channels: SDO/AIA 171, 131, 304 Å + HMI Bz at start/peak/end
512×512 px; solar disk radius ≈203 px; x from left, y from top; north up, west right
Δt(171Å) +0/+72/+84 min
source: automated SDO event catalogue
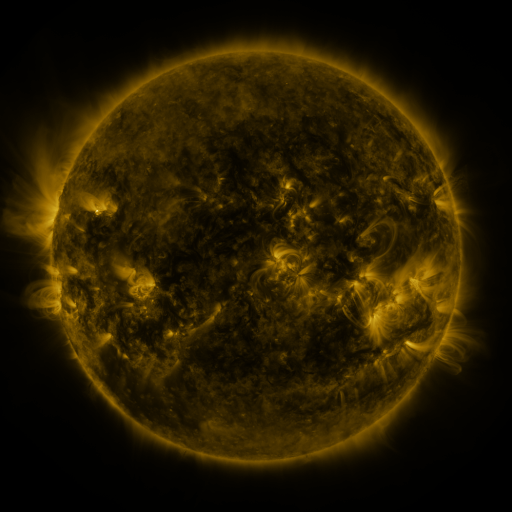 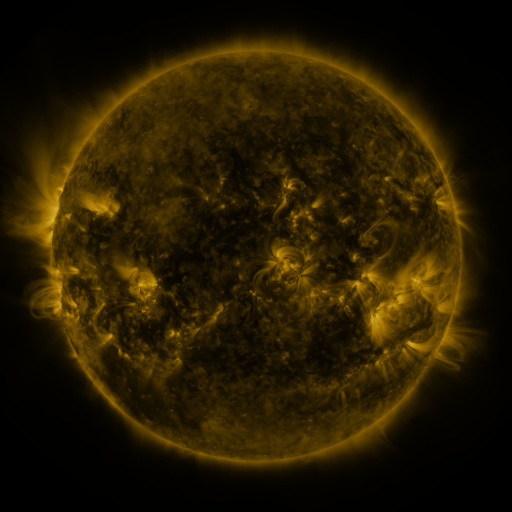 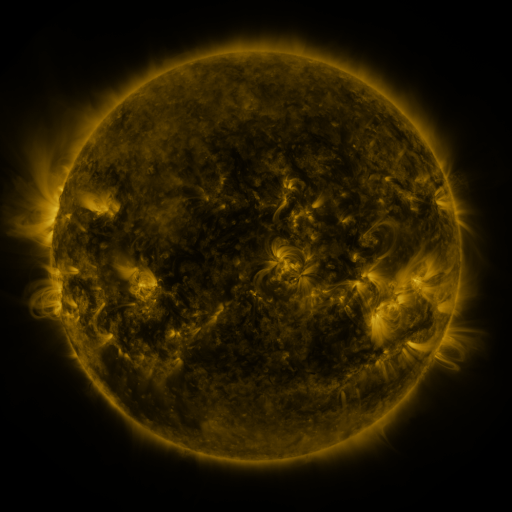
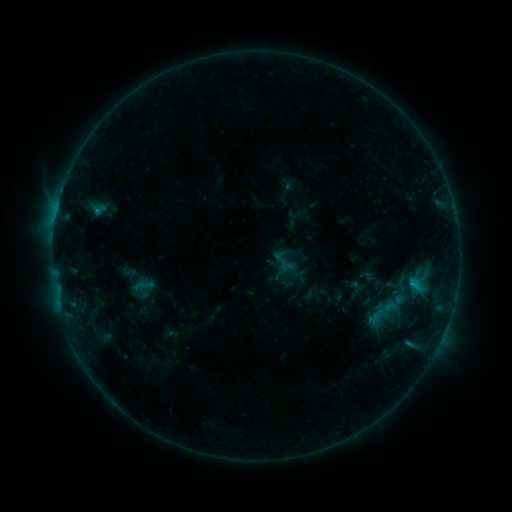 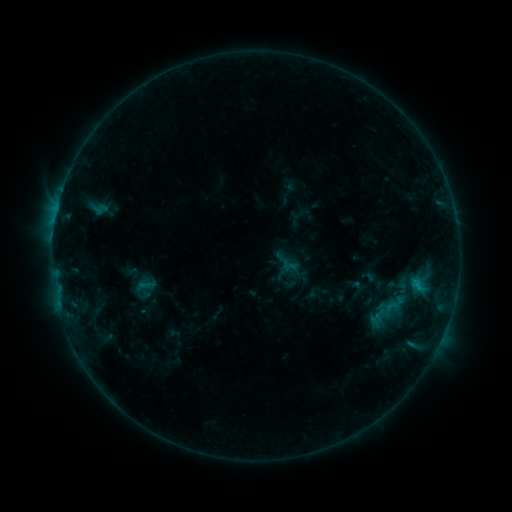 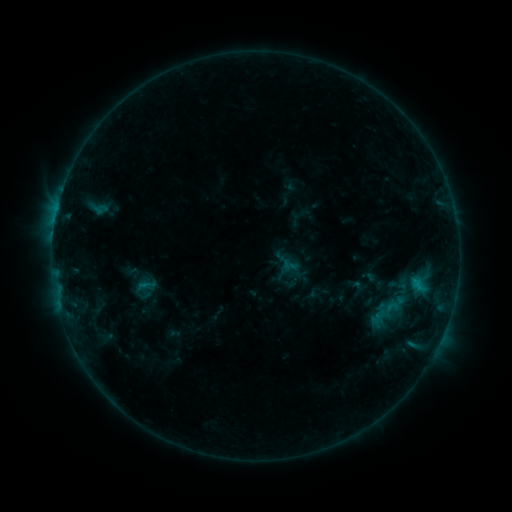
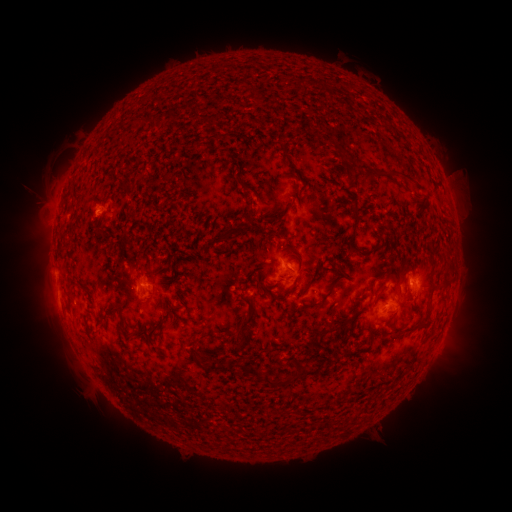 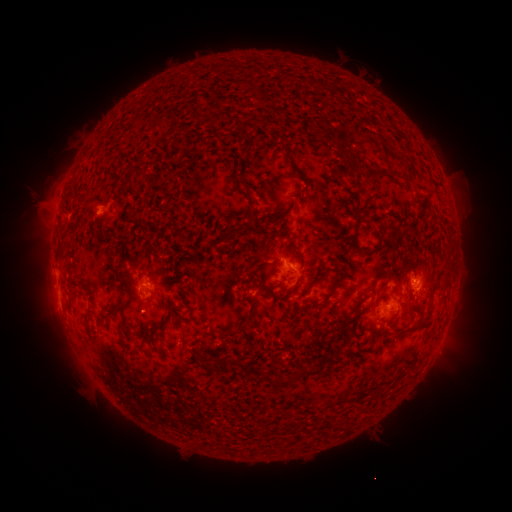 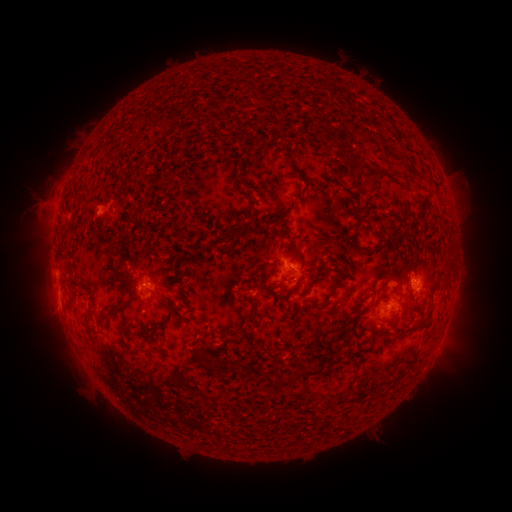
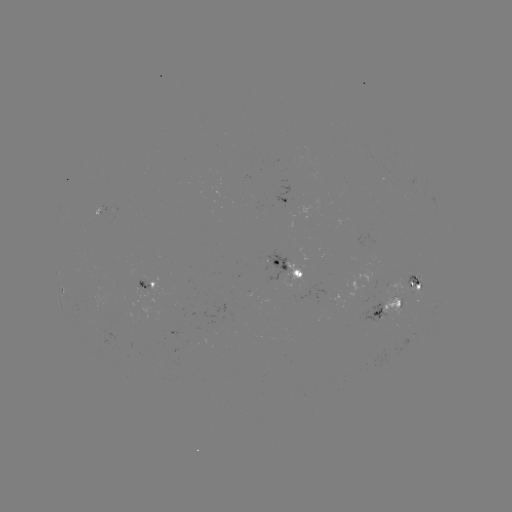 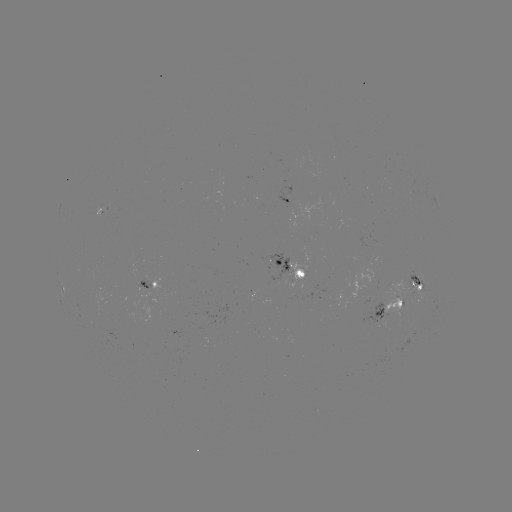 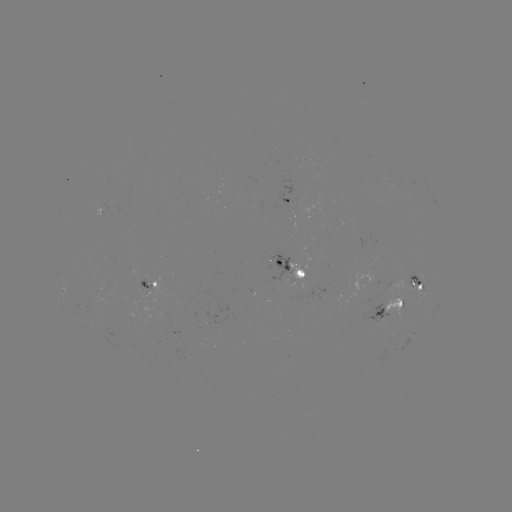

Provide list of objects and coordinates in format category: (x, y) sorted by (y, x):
emerging-flux region: (411, 285)
